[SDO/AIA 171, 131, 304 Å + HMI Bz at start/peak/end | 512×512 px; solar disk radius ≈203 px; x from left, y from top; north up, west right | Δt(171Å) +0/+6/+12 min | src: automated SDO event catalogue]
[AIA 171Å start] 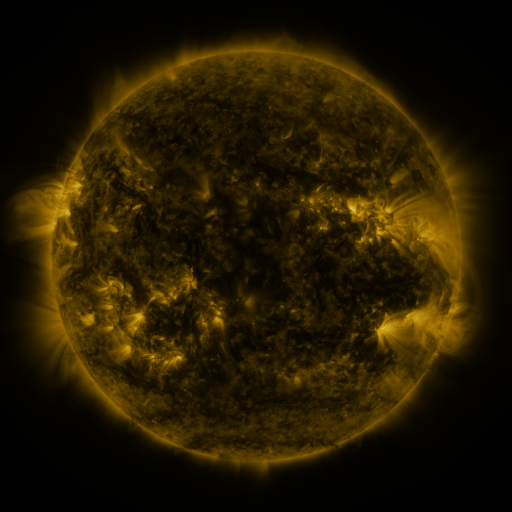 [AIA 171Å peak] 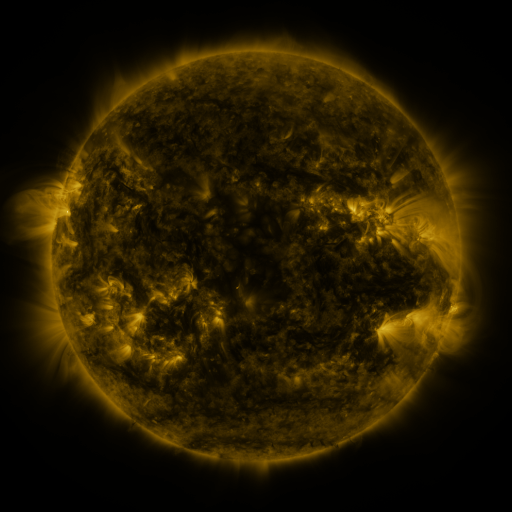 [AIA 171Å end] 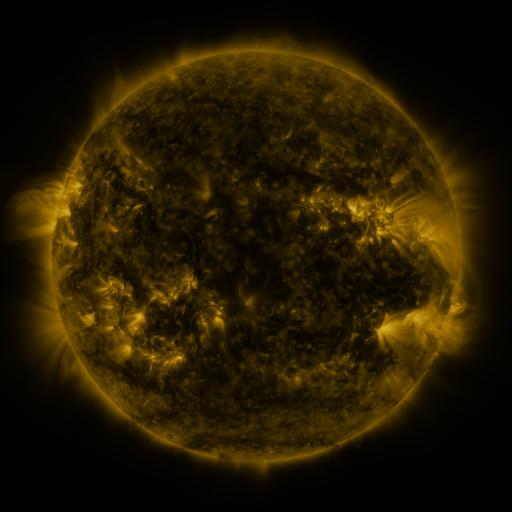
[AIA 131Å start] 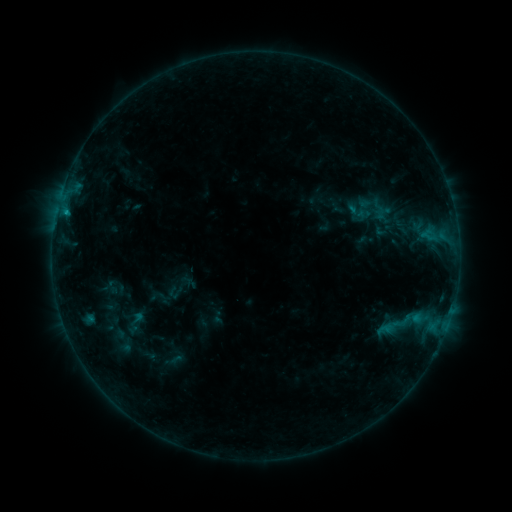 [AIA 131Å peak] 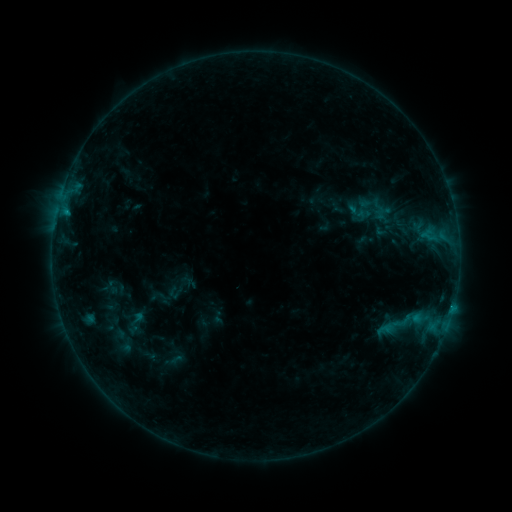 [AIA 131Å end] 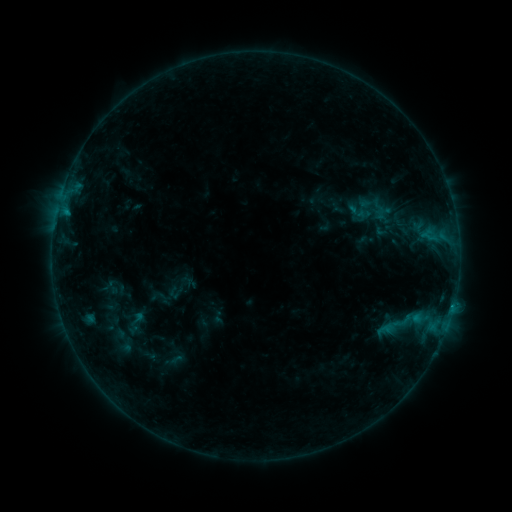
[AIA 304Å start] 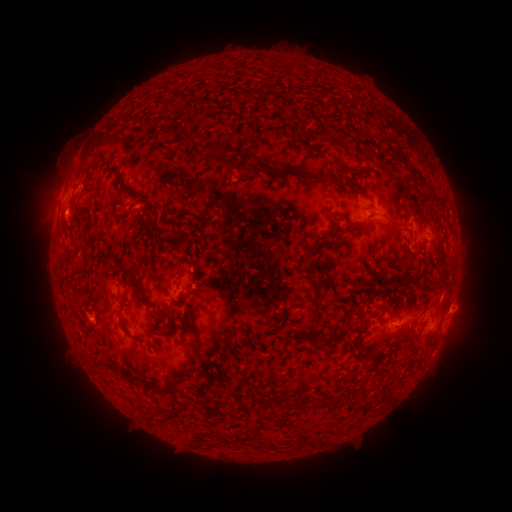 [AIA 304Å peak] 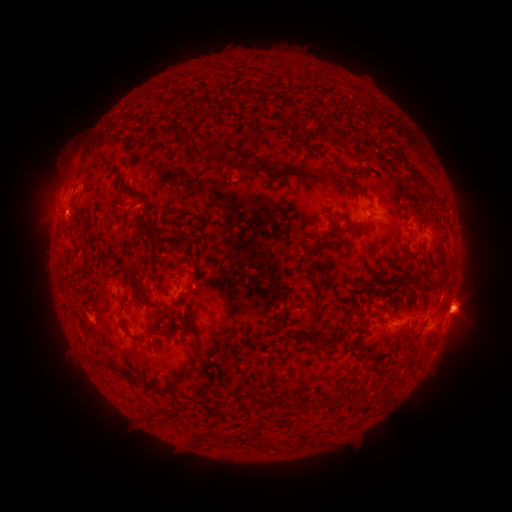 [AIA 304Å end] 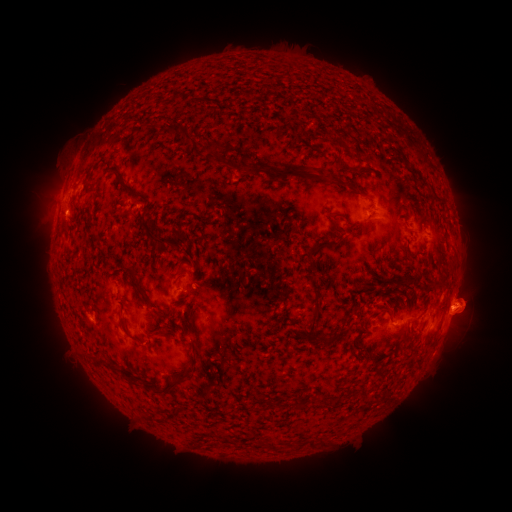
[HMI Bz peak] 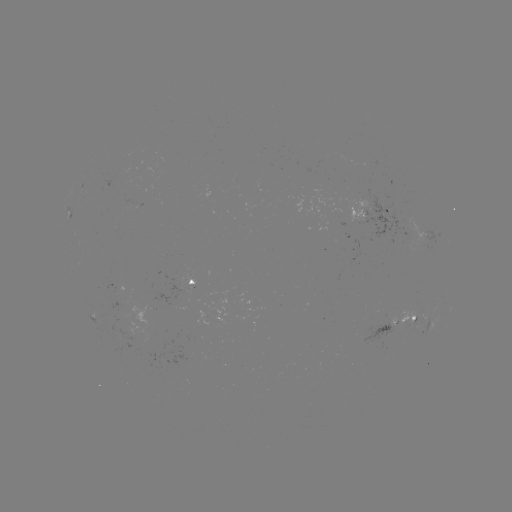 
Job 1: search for B5.6 flare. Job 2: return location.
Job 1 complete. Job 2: (66, 212).